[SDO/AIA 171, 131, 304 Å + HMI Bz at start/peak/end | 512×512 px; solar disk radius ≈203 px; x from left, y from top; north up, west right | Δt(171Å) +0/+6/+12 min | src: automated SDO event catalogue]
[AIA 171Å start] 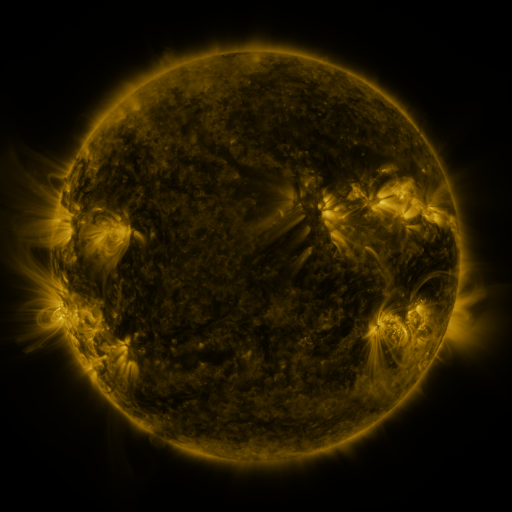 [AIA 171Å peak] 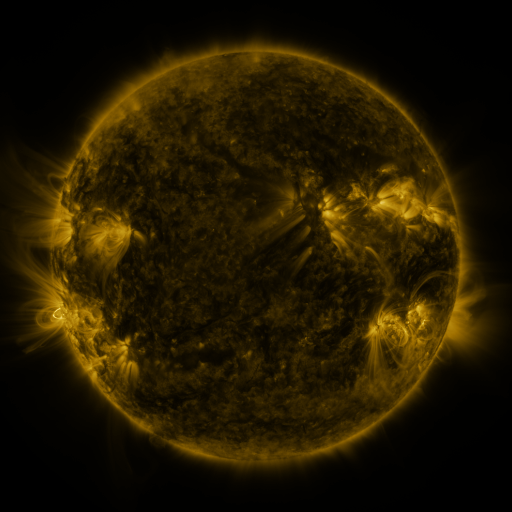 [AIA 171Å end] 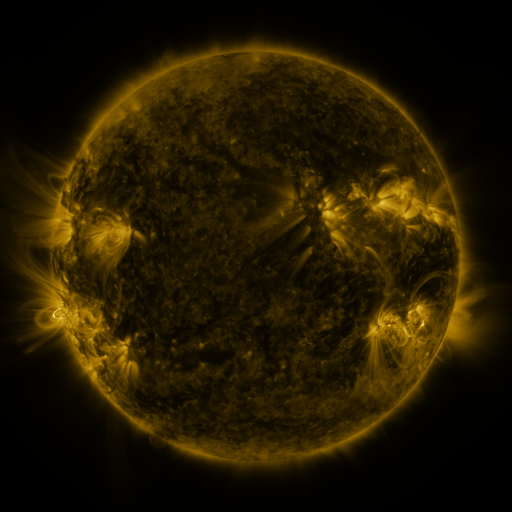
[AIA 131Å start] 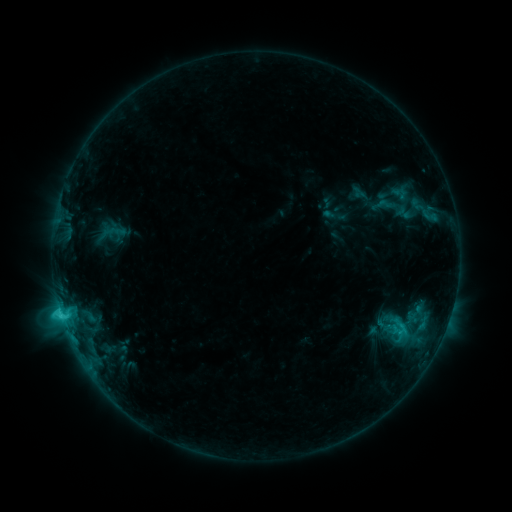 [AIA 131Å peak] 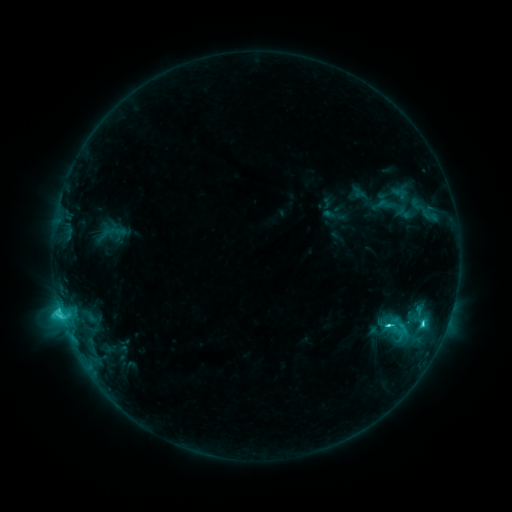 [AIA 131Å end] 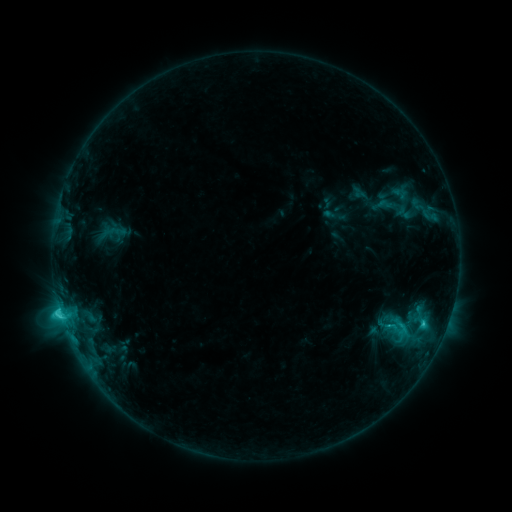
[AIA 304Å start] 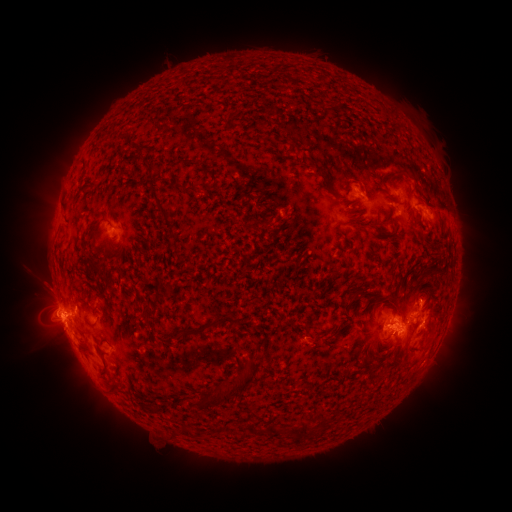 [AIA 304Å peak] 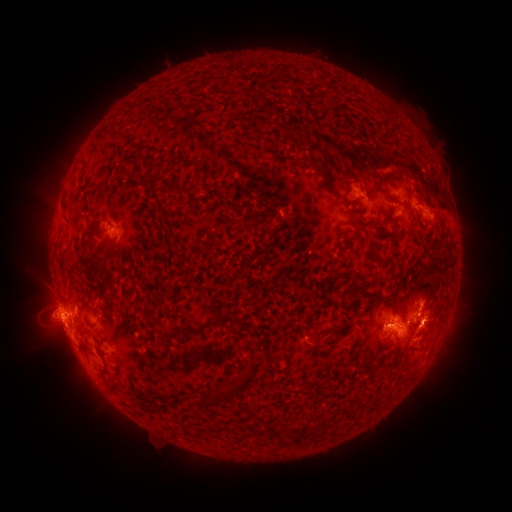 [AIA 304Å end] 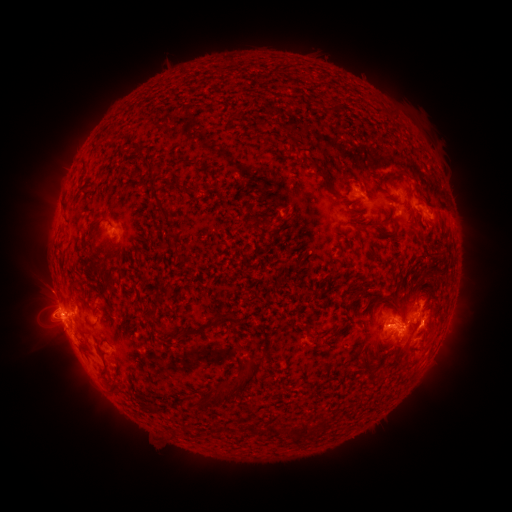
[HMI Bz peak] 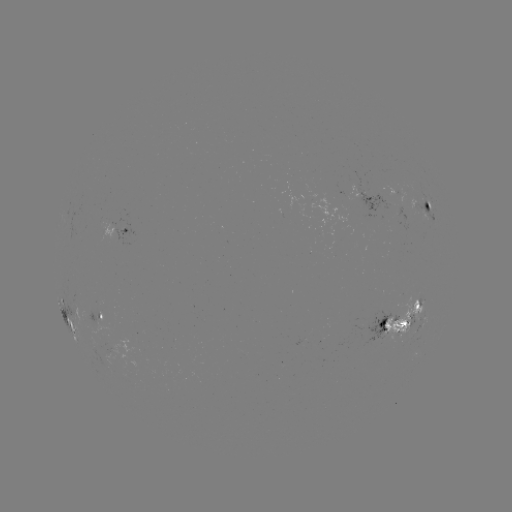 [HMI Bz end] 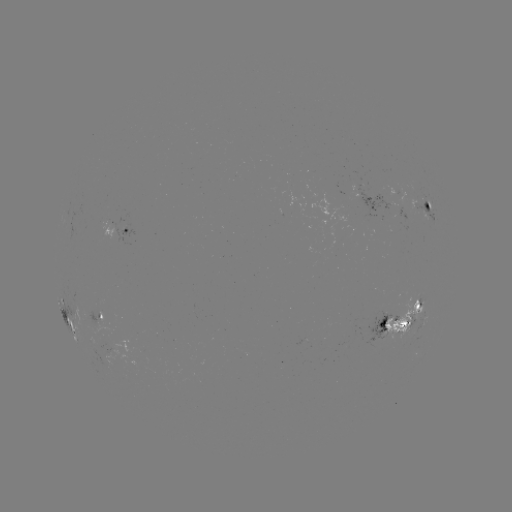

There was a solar flare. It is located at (421, 321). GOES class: C5.0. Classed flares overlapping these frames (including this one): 1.